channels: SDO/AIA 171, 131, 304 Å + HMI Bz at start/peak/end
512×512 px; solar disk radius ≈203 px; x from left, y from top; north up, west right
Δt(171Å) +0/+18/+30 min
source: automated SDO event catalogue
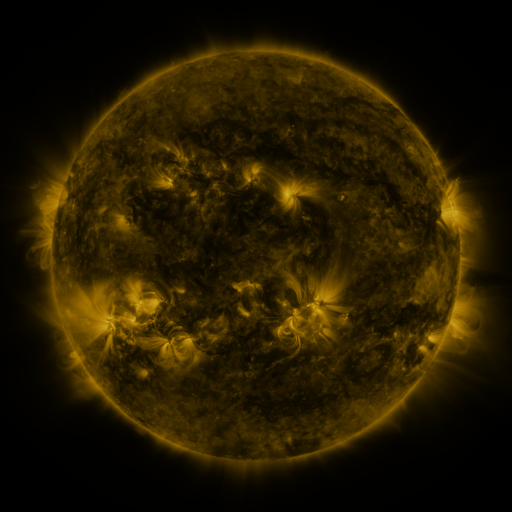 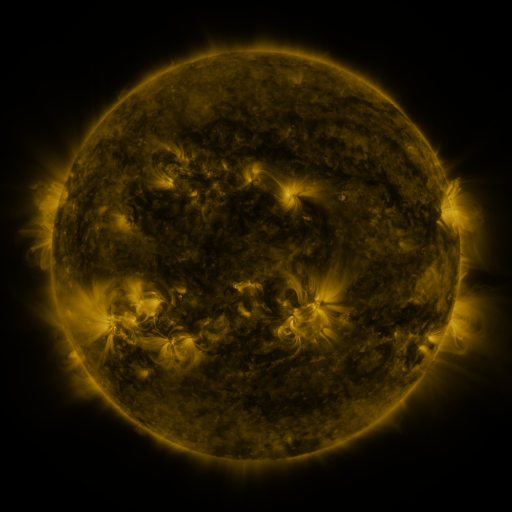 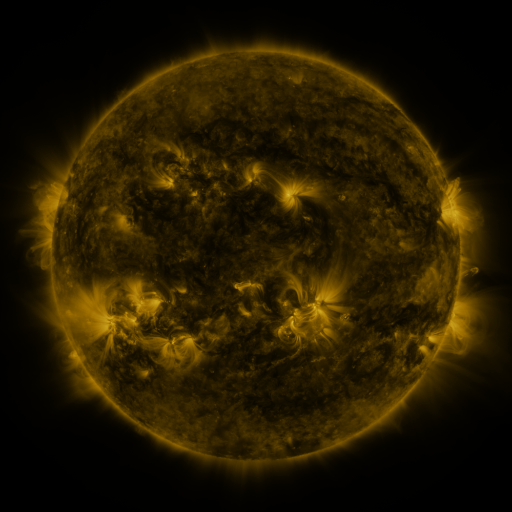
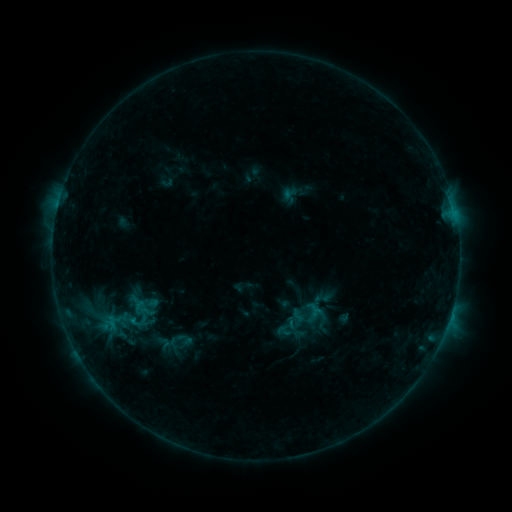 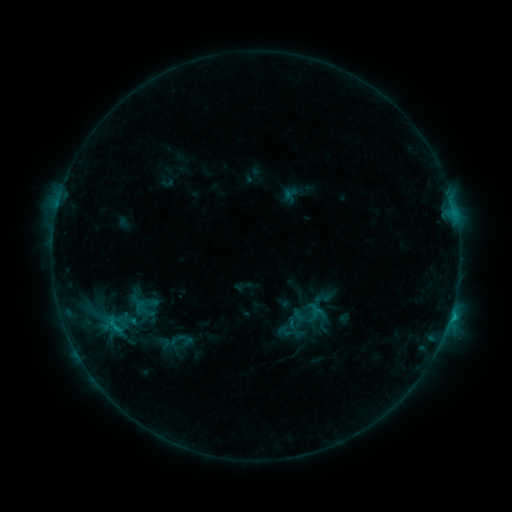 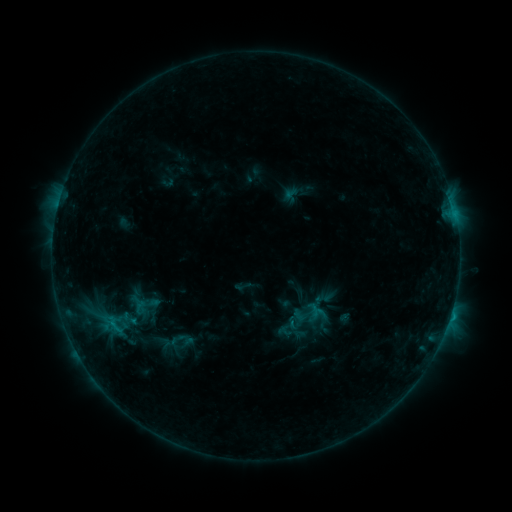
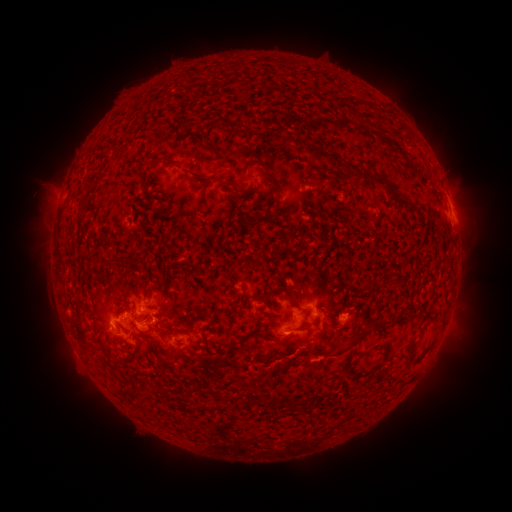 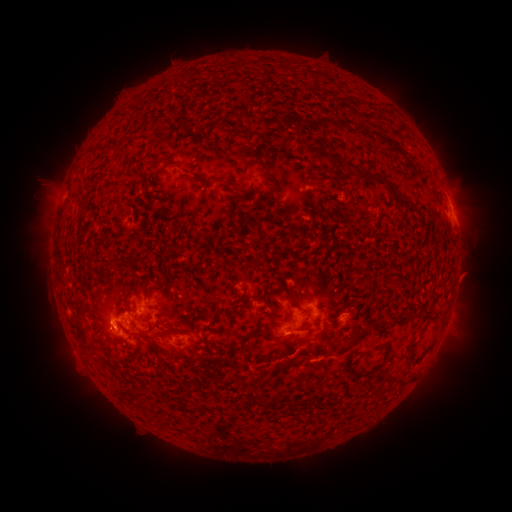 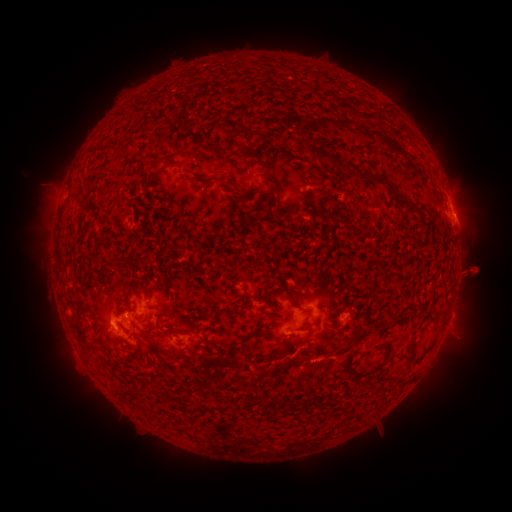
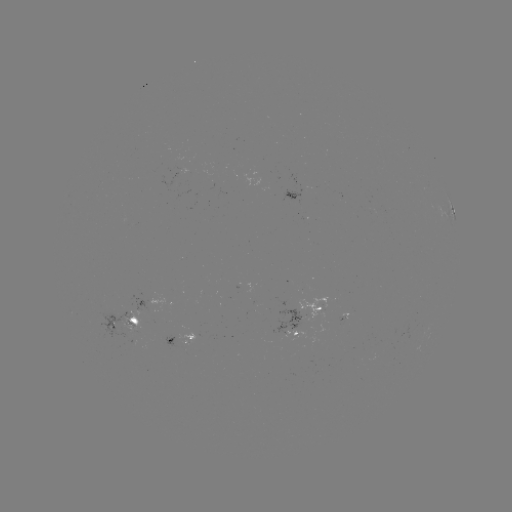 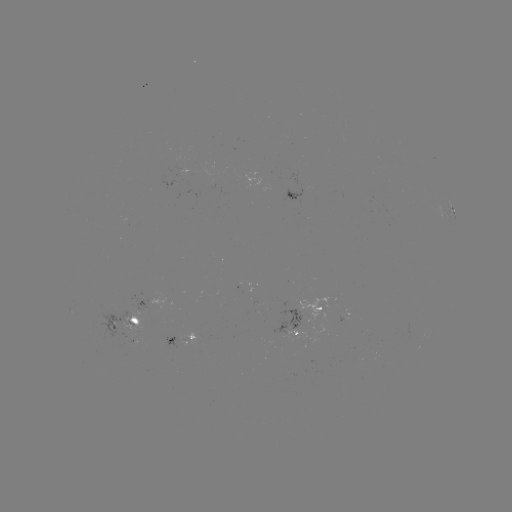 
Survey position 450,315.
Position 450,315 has C1.3 flare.